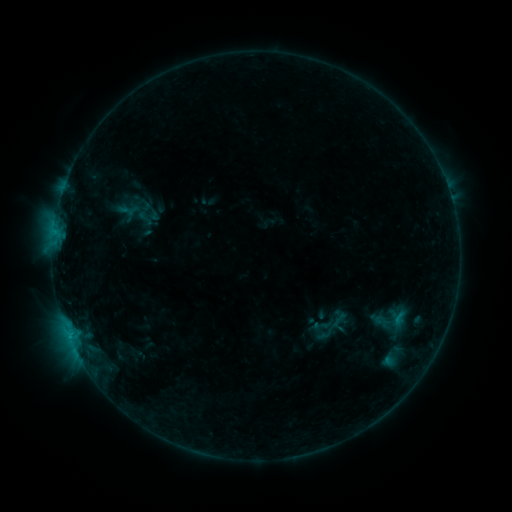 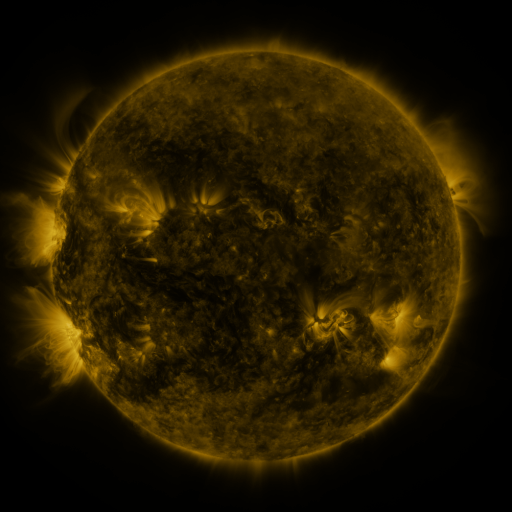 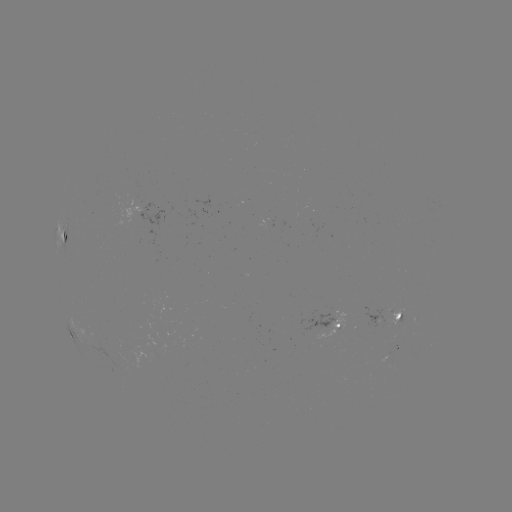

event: sigmoid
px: (145, 218)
